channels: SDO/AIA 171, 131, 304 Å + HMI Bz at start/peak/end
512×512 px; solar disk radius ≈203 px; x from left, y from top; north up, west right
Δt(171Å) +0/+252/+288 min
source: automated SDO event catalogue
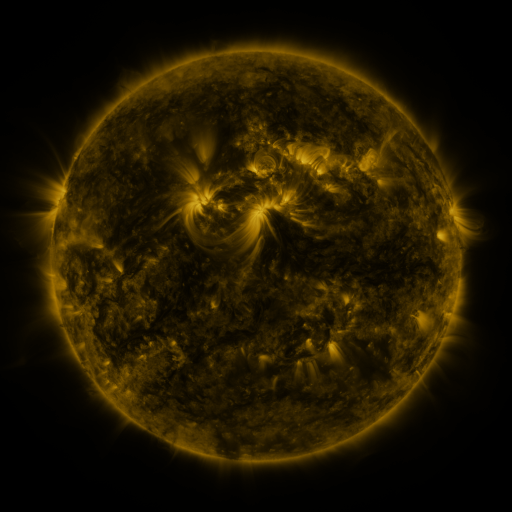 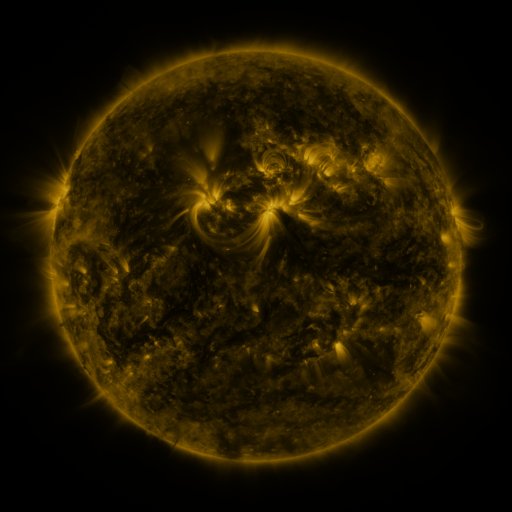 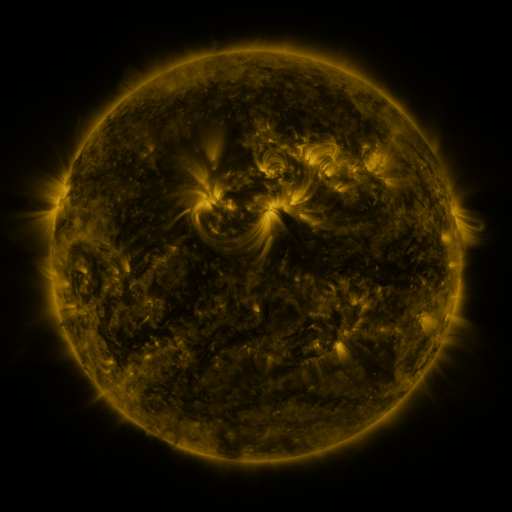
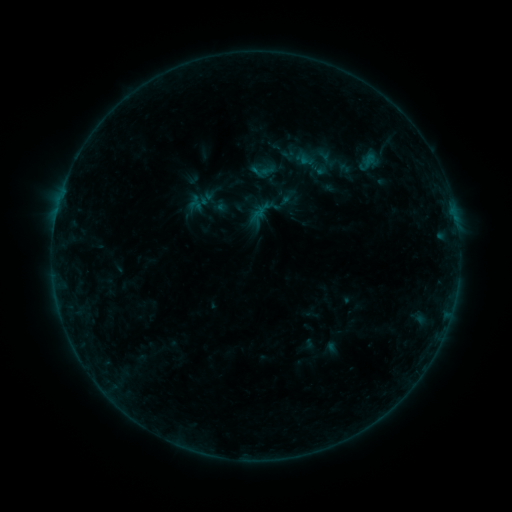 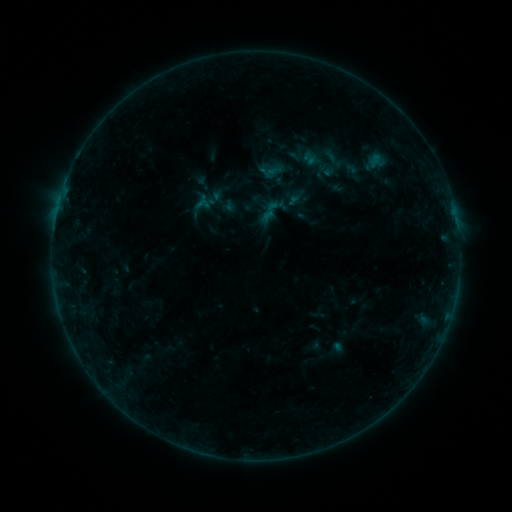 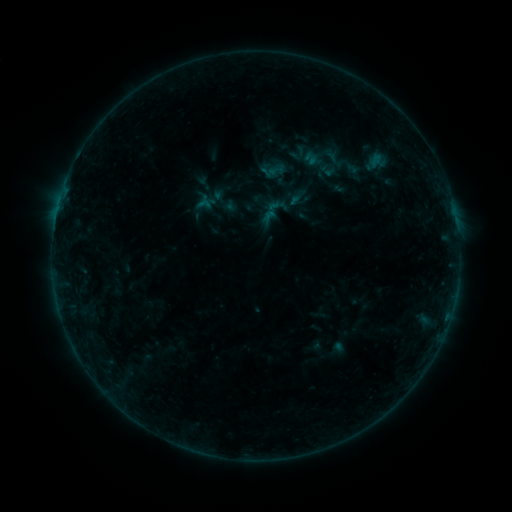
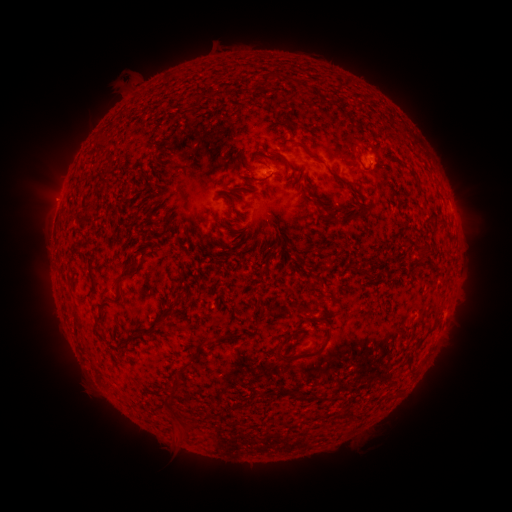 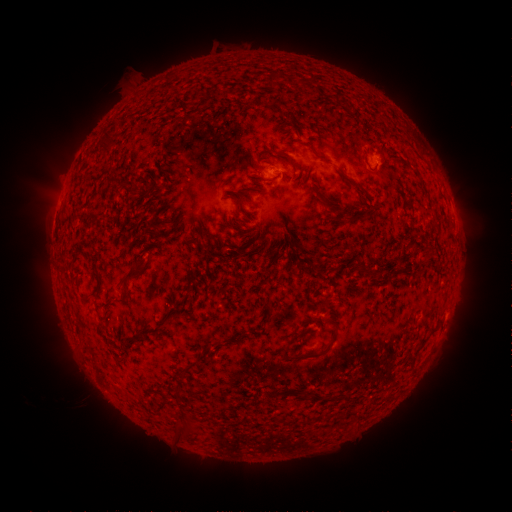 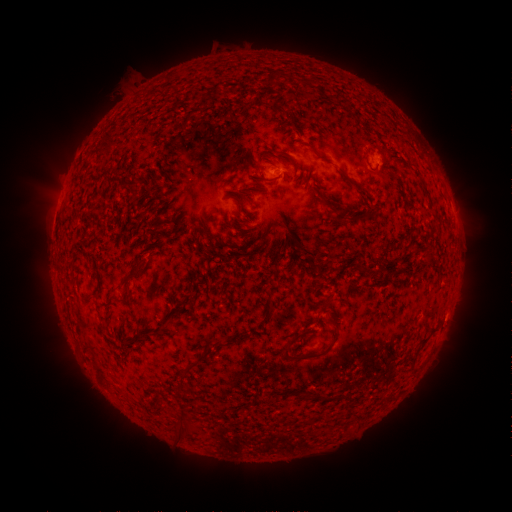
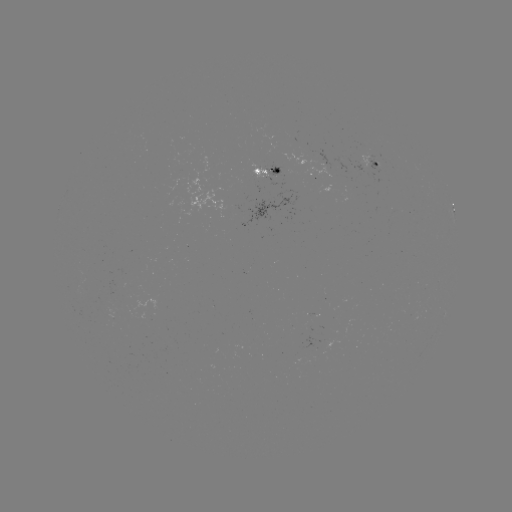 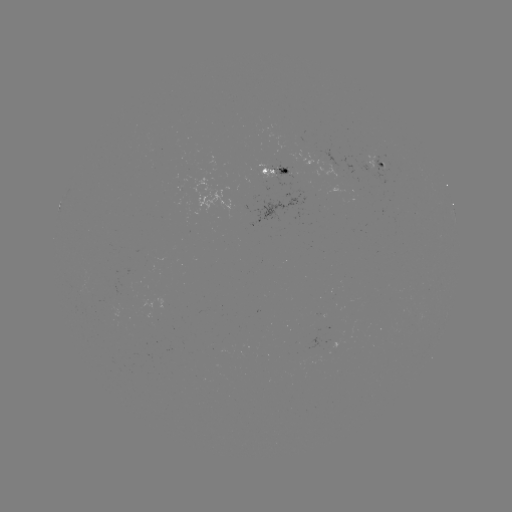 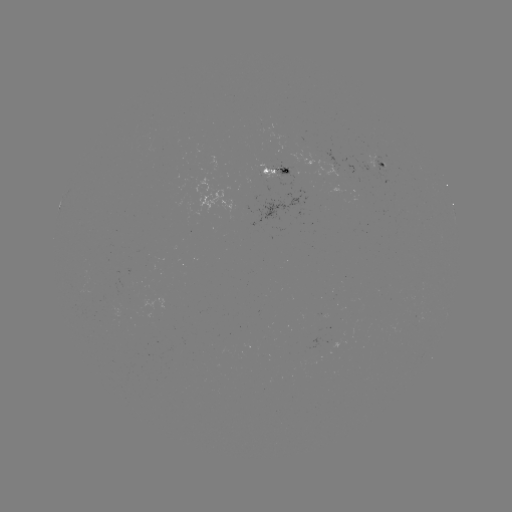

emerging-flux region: <bbox>270, 163, 293, 180</bbox>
